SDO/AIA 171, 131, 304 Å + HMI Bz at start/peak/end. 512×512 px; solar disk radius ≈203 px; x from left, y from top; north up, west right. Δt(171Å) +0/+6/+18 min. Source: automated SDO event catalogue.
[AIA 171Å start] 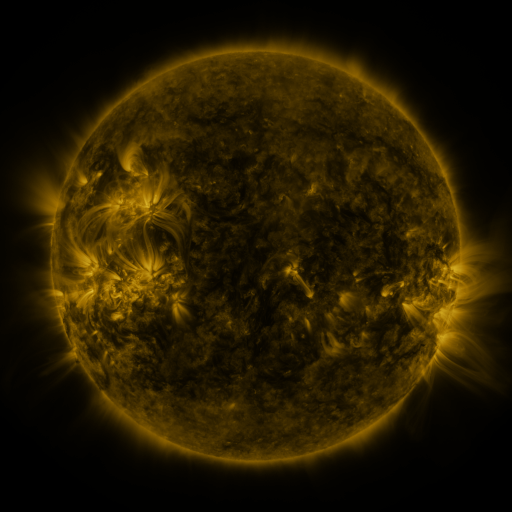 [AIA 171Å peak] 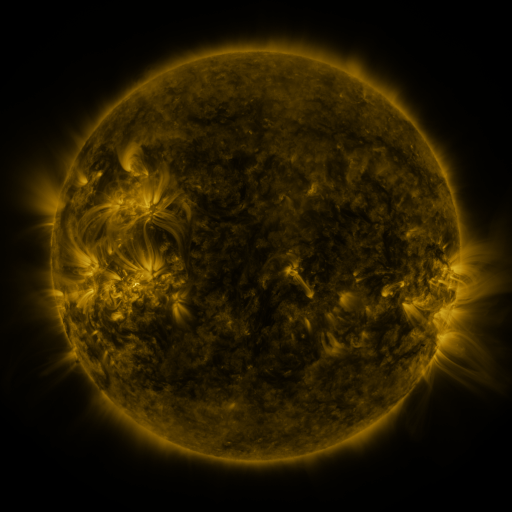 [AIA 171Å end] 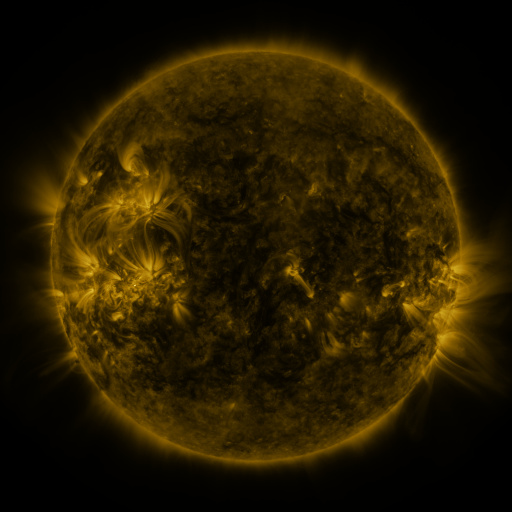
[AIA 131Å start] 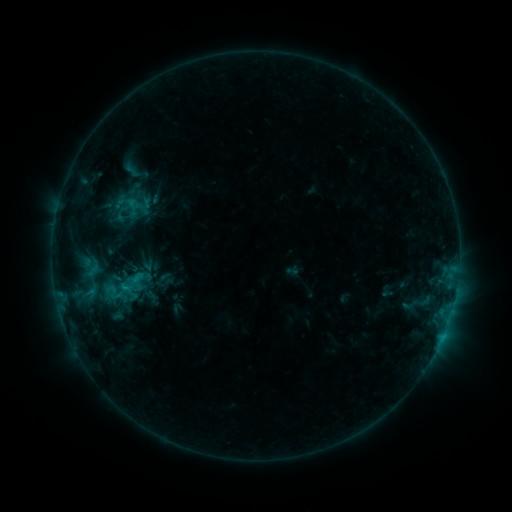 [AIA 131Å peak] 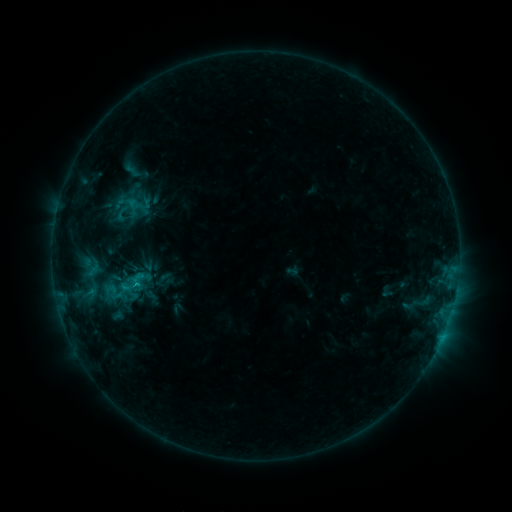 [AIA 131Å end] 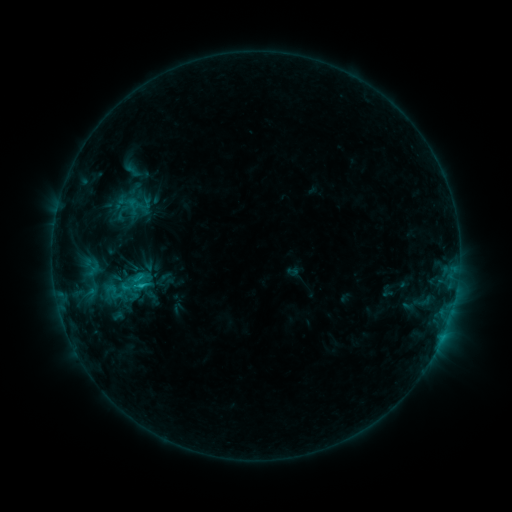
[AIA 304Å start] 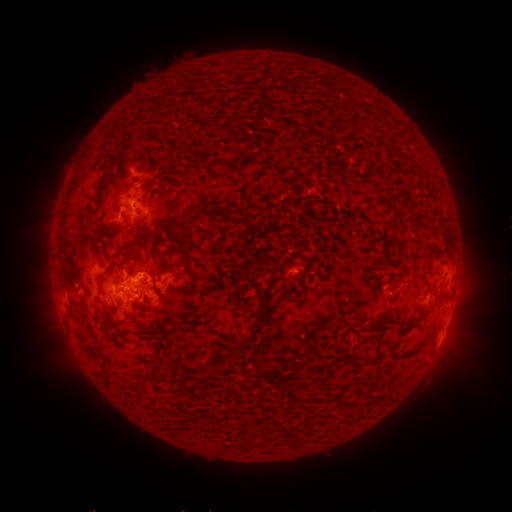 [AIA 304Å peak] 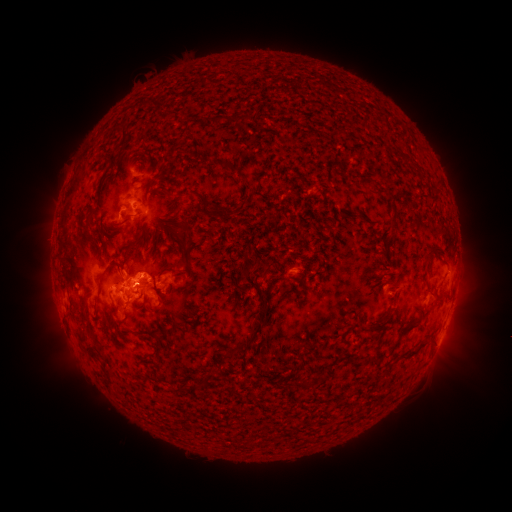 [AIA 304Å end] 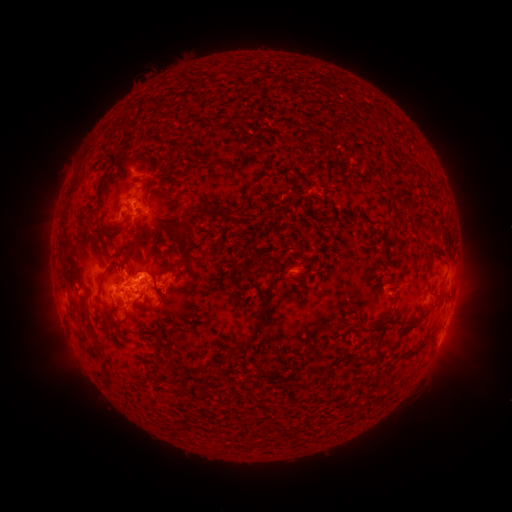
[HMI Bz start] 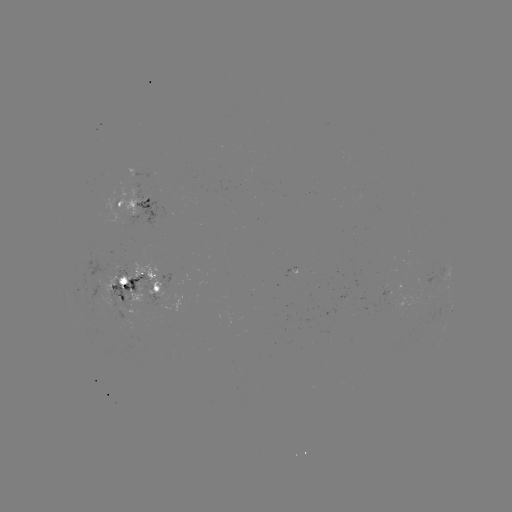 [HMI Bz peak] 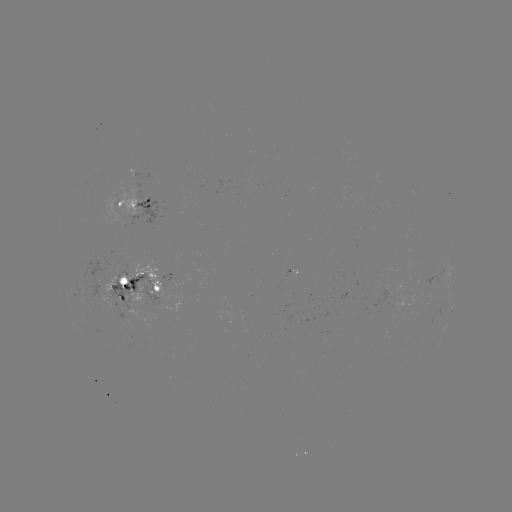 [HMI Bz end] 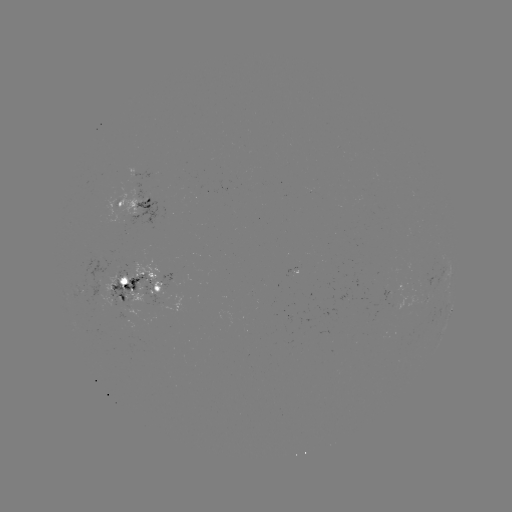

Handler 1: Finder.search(C1.6 flare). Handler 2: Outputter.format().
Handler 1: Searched C1.6 flare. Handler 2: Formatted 138,281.